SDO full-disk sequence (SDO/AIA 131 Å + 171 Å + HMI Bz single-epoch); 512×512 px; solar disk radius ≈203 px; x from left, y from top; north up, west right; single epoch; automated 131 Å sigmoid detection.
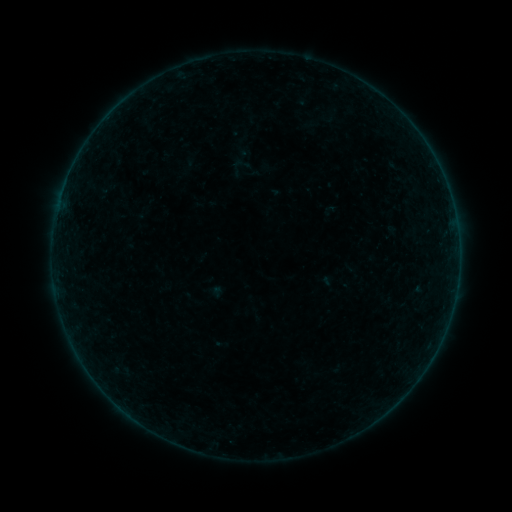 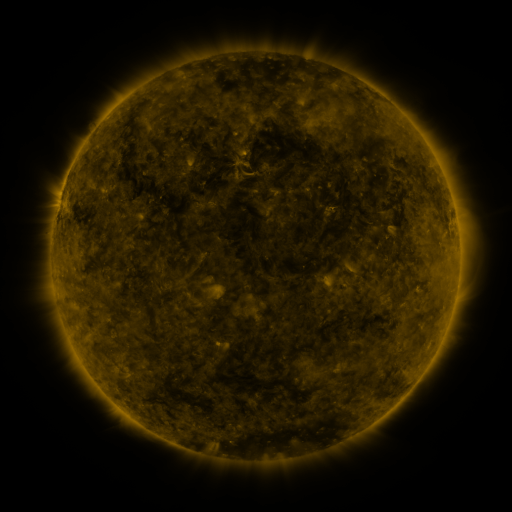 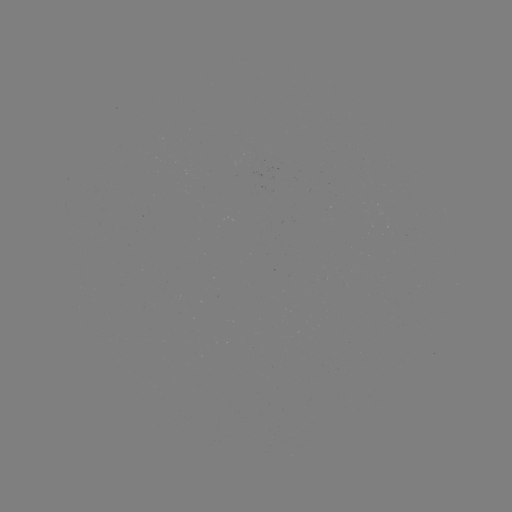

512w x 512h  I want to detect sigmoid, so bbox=[232, 155, 251, 173].